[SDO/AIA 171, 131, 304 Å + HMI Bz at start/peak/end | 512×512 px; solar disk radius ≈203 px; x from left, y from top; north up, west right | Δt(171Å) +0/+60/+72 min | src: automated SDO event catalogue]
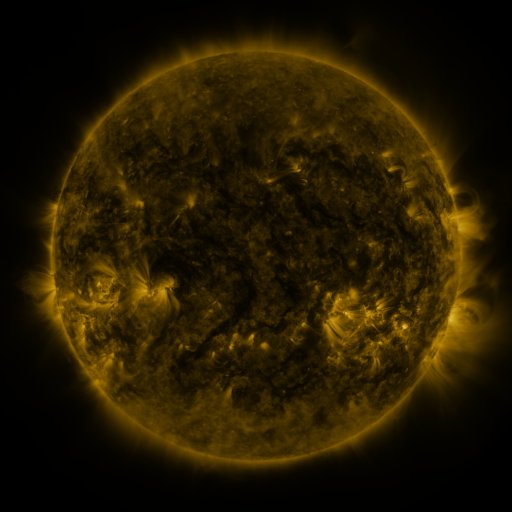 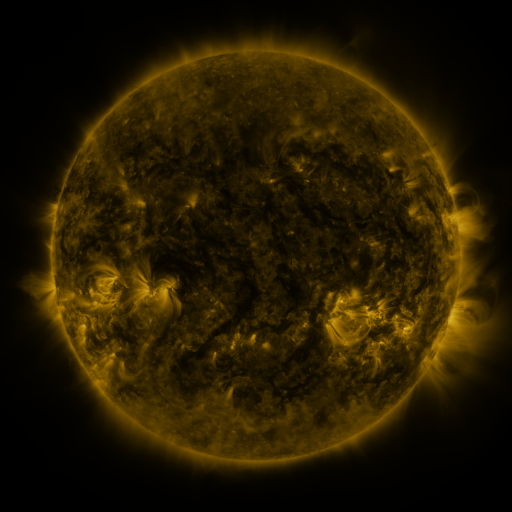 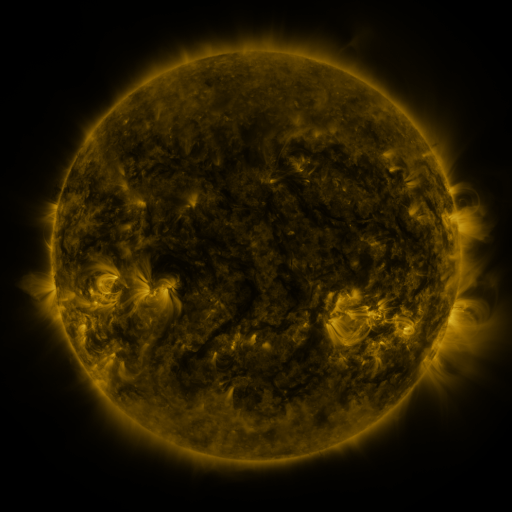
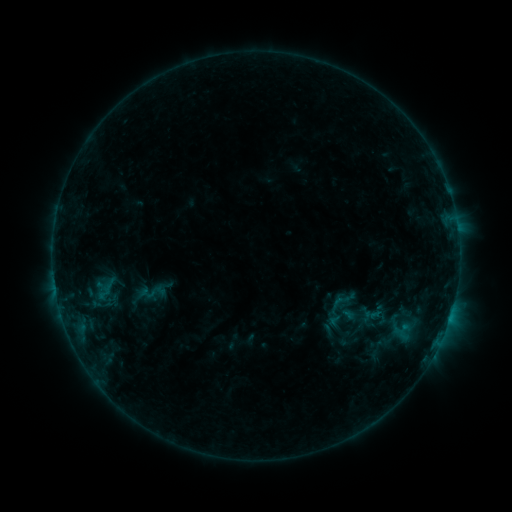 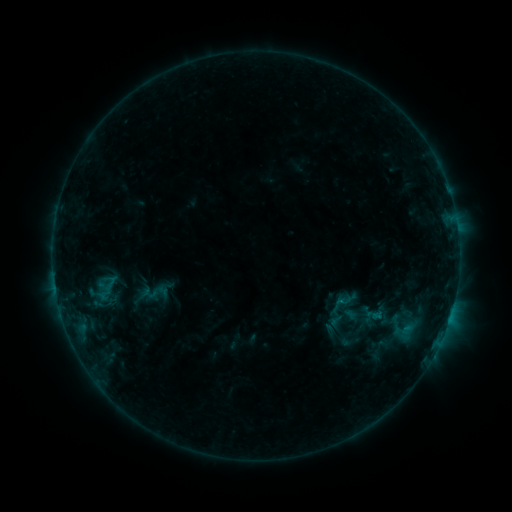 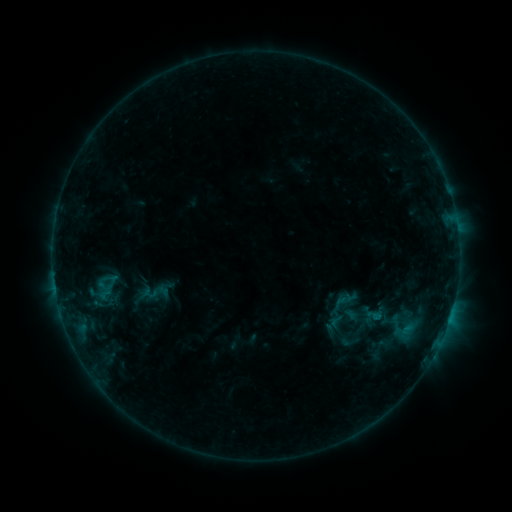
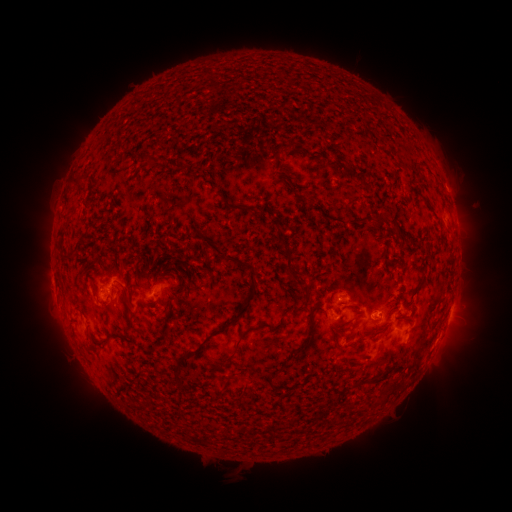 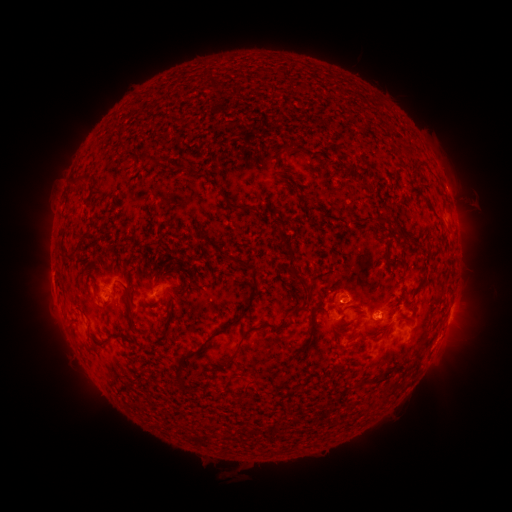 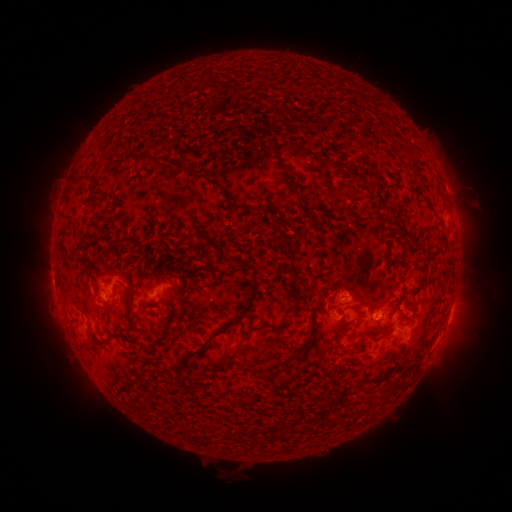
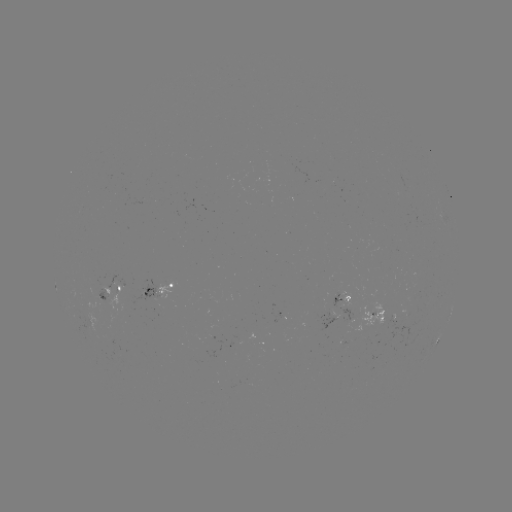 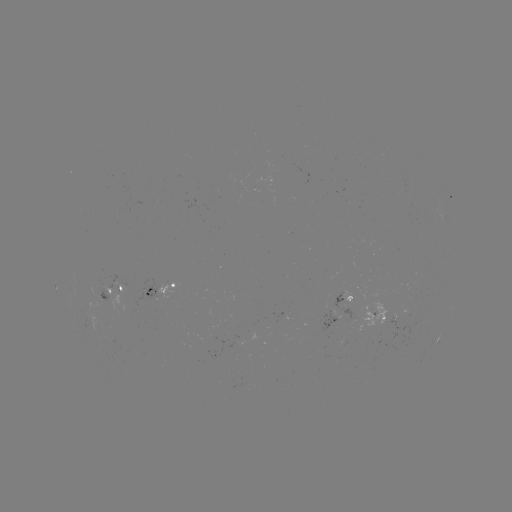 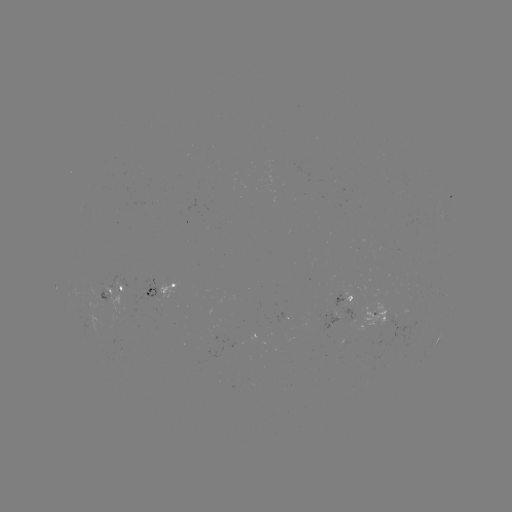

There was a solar emerging-flux region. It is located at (340, 298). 